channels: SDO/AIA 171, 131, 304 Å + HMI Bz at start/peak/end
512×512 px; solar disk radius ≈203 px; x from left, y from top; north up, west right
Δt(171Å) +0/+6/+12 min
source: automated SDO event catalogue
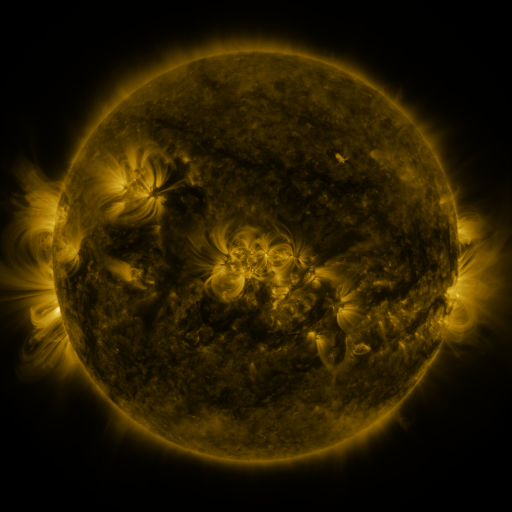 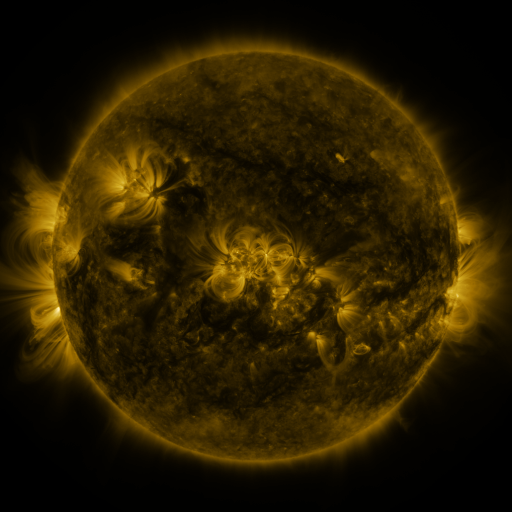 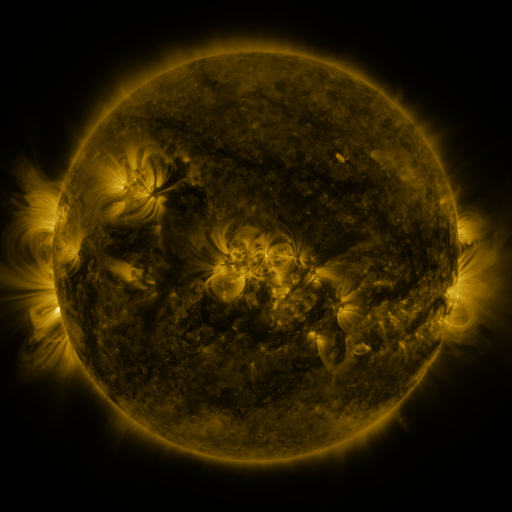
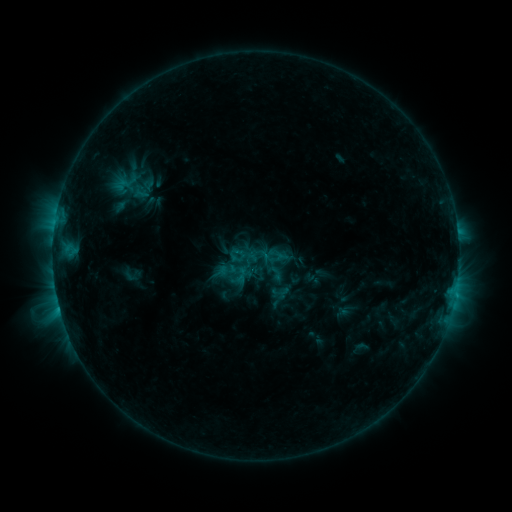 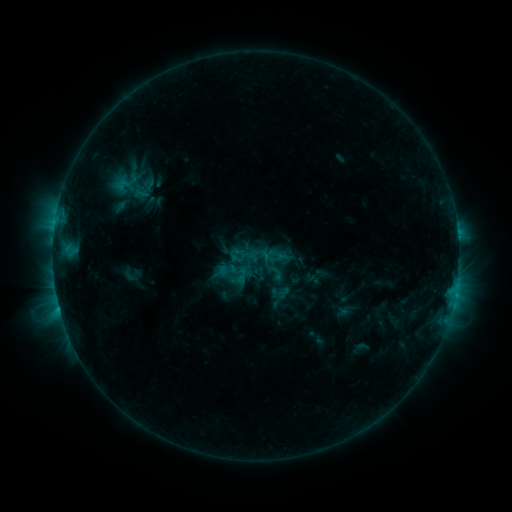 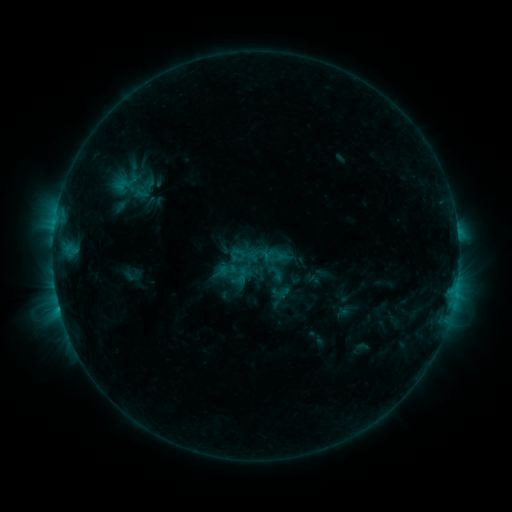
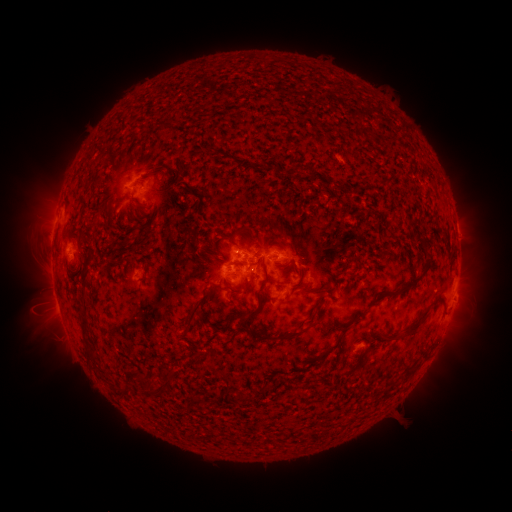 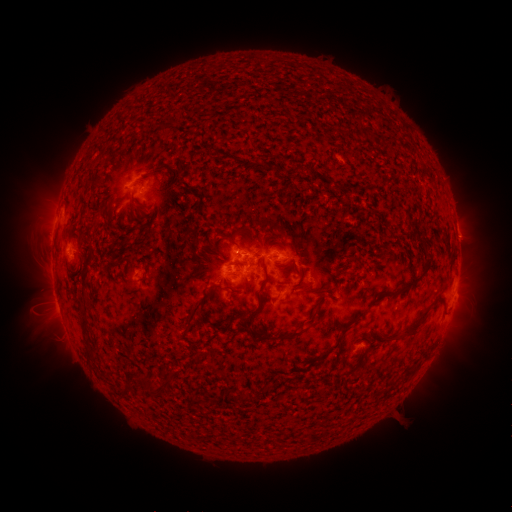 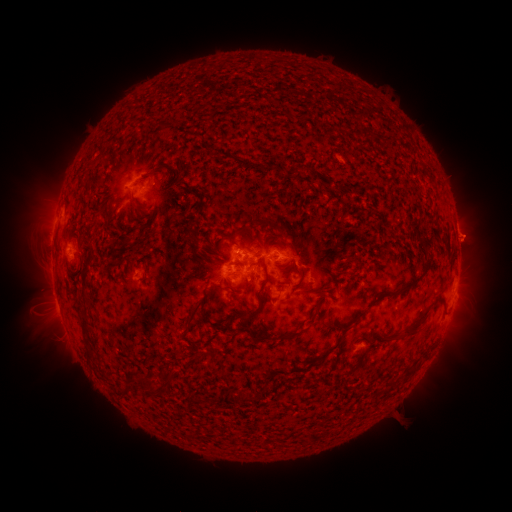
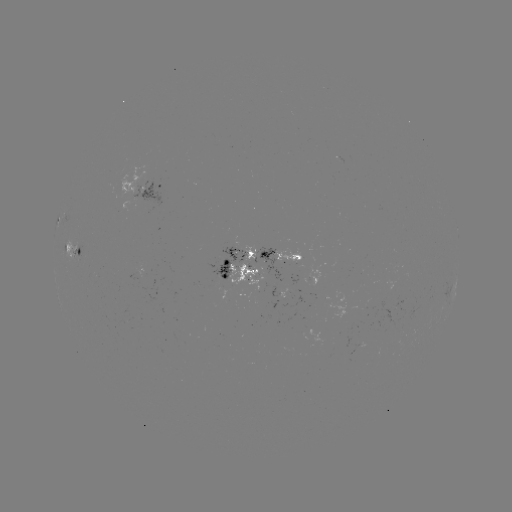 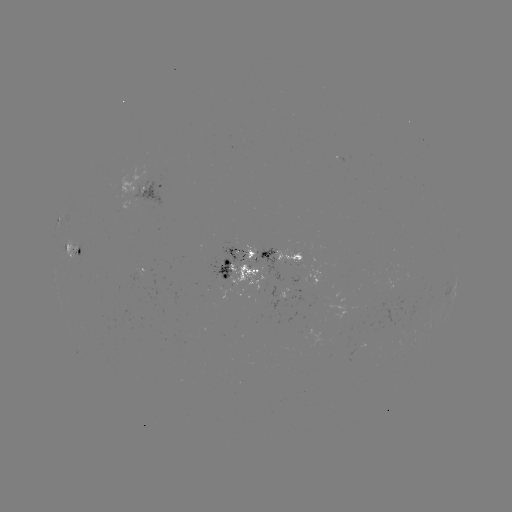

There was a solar eruption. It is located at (472, 238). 